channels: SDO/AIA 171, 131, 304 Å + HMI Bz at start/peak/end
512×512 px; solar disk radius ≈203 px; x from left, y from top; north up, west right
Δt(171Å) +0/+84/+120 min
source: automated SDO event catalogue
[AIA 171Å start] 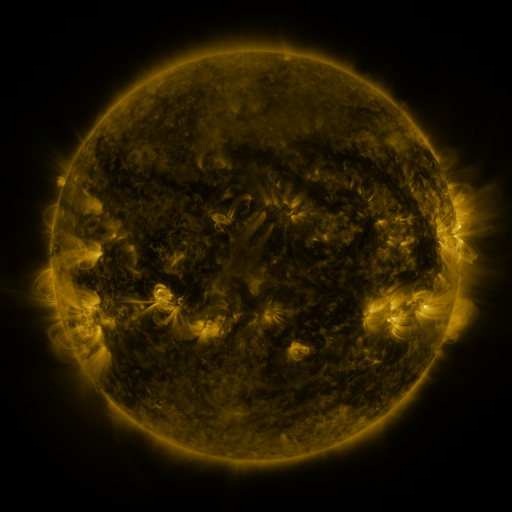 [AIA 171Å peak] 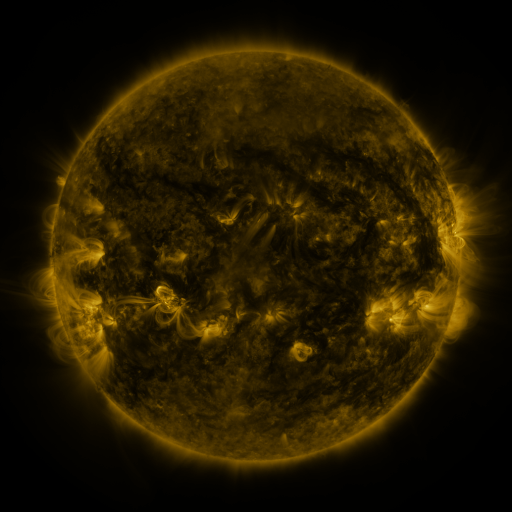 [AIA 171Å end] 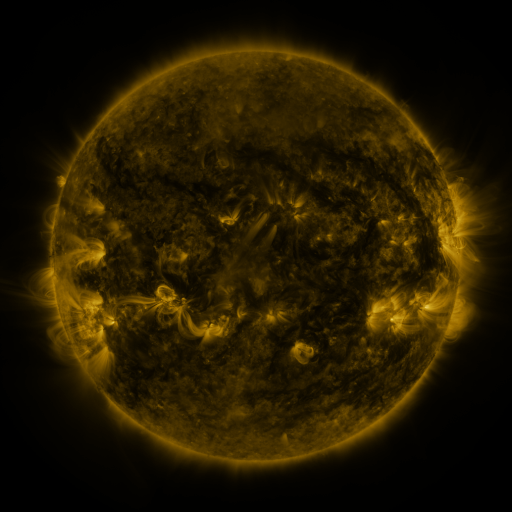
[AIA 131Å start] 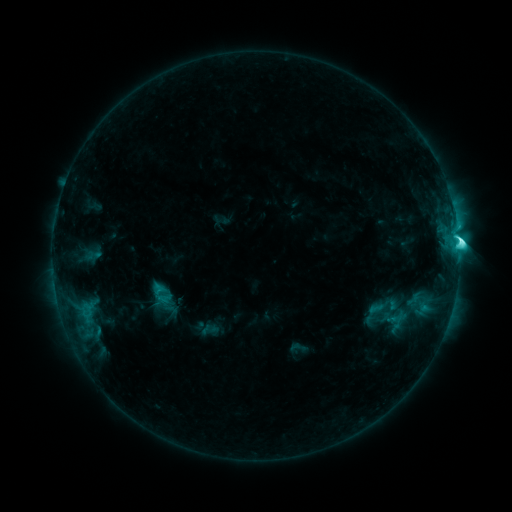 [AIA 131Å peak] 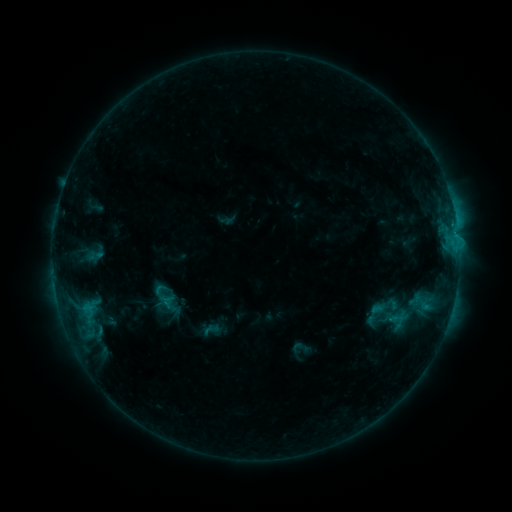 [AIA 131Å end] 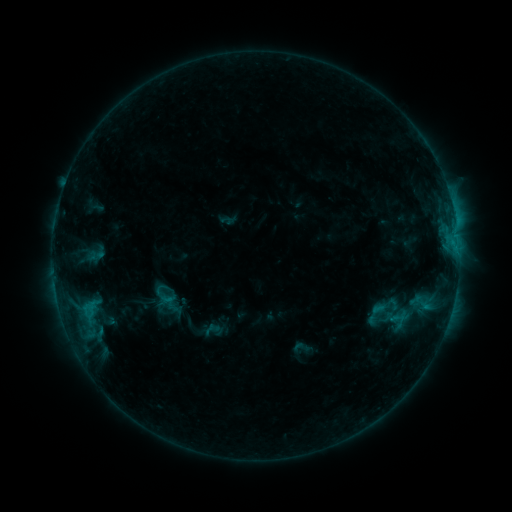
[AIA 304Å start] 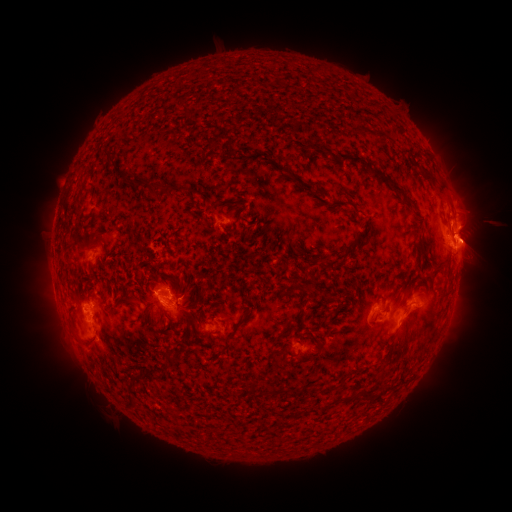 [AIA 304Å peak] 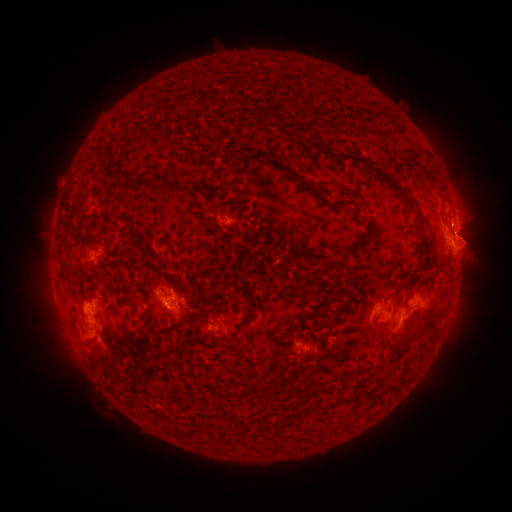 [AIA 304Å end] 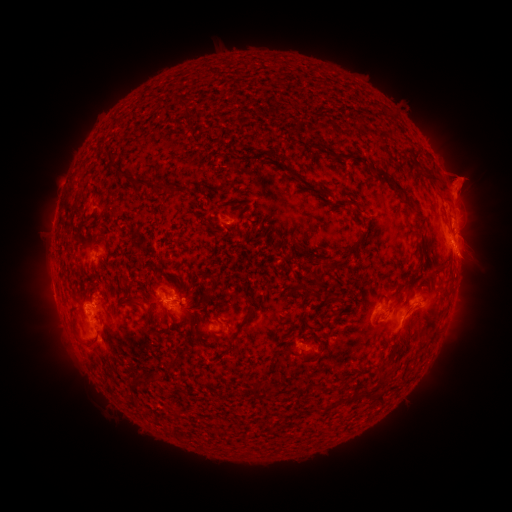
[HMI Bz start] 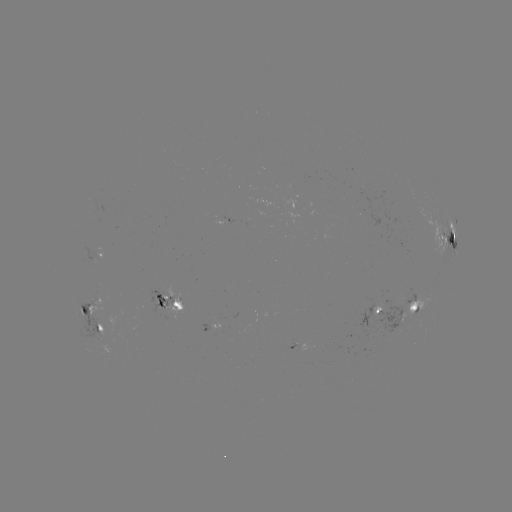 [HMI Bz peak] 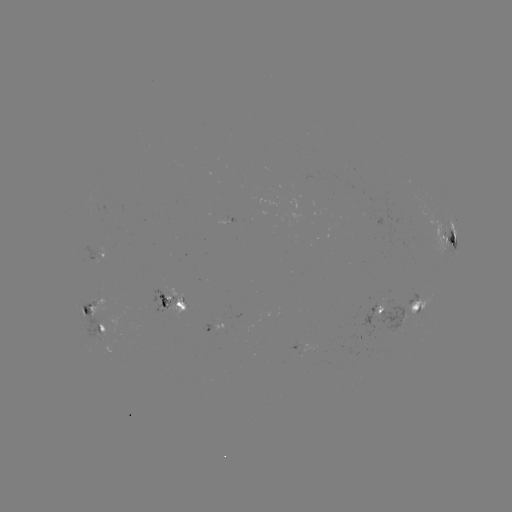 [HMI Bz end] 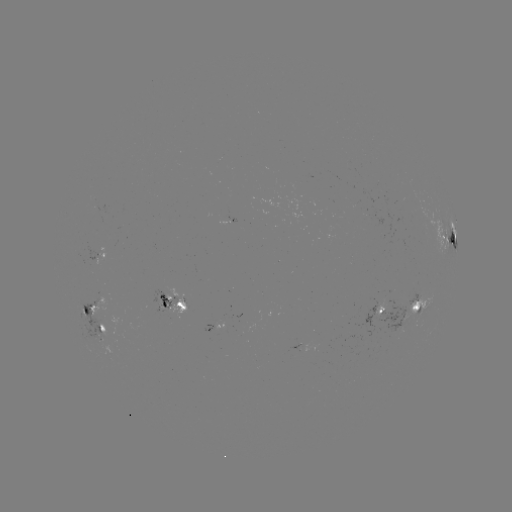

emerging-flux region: <bbox>288, 338, 300, 348</bbox>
